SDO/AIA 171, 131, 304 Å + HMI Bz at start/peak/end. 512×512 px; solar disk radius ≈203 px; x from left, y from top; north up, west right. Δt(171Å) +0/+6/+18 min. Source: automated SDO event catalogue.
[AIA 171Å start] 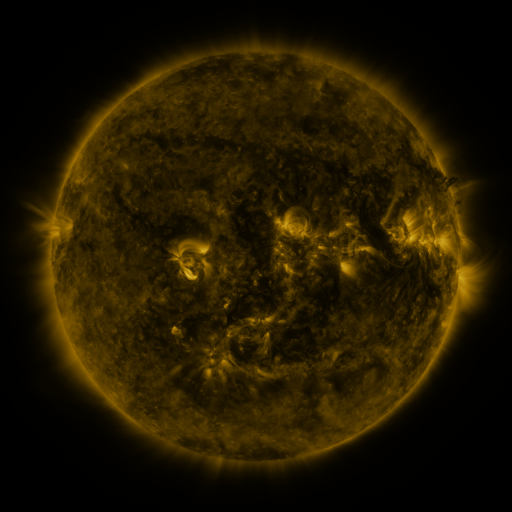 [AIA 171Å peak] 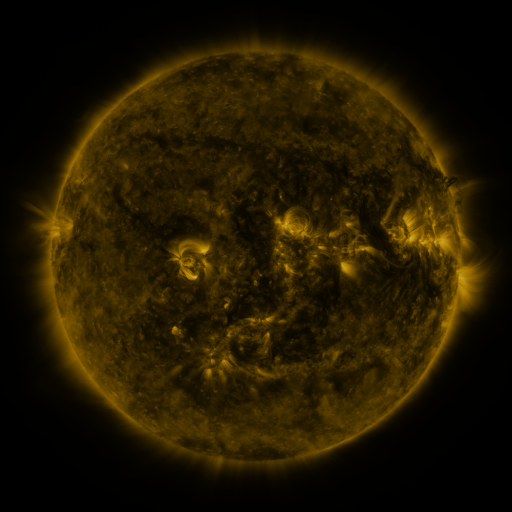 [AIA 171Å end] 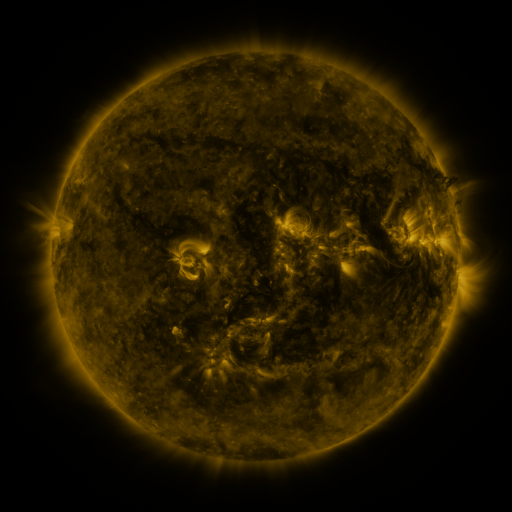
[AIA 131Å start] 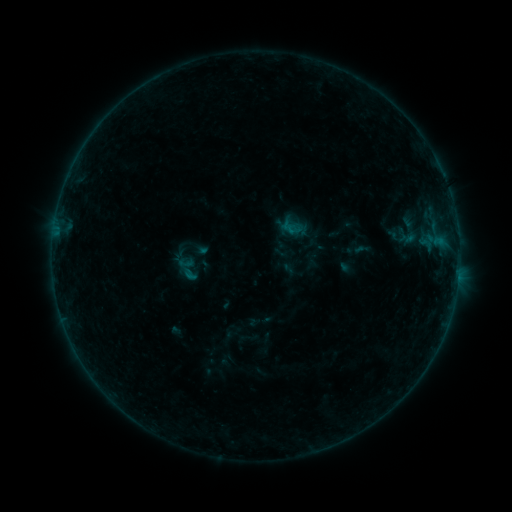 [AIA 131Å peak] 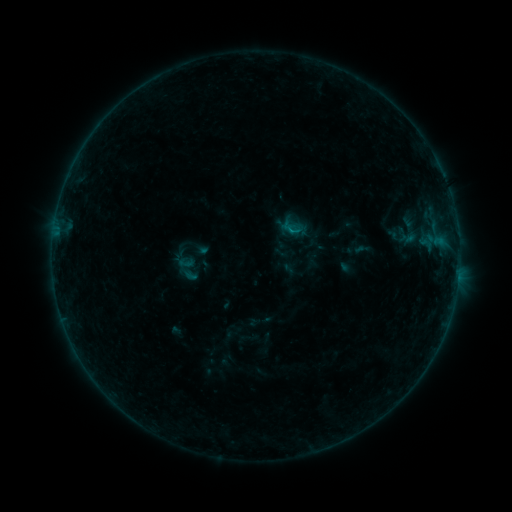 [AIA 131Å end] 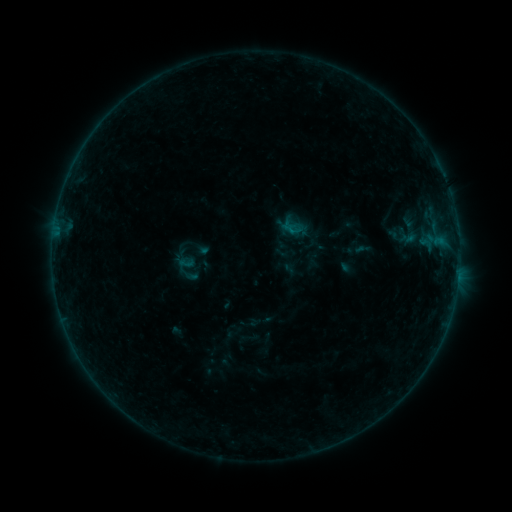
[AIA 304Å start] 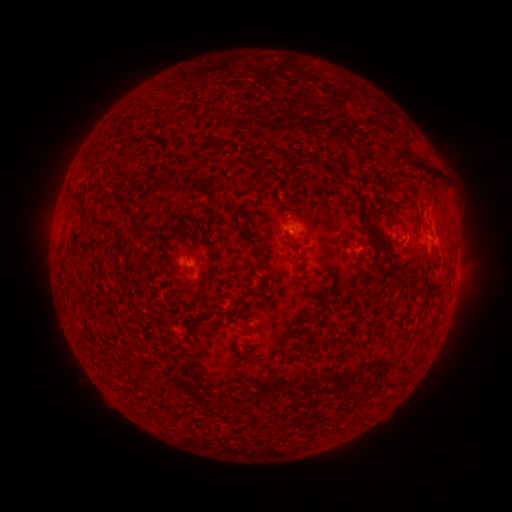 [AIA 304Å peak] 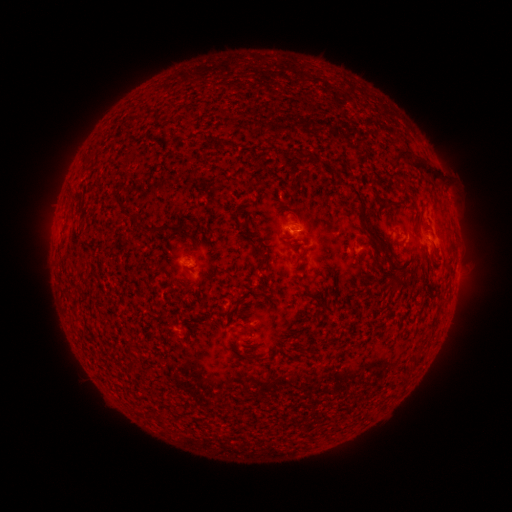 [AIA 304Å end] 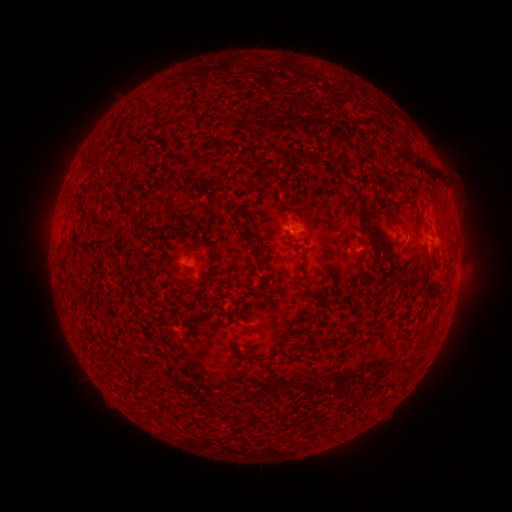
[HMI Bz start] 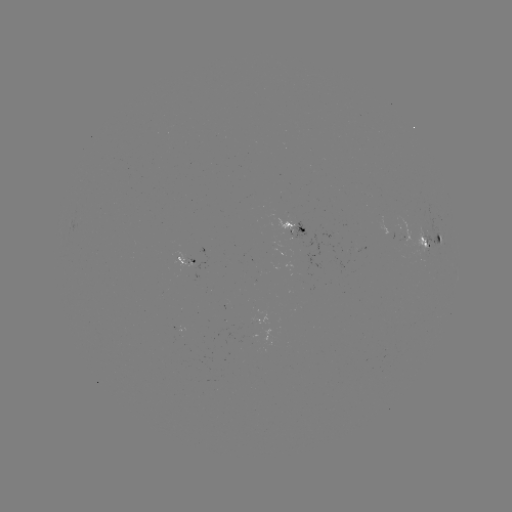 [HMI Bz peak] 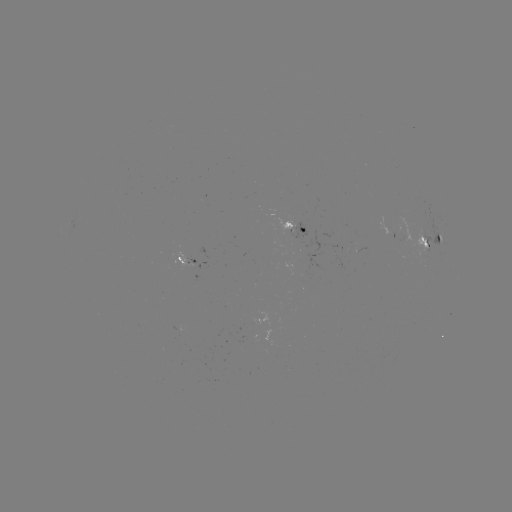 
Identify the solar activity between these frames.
B2.1 flare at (290, 231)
